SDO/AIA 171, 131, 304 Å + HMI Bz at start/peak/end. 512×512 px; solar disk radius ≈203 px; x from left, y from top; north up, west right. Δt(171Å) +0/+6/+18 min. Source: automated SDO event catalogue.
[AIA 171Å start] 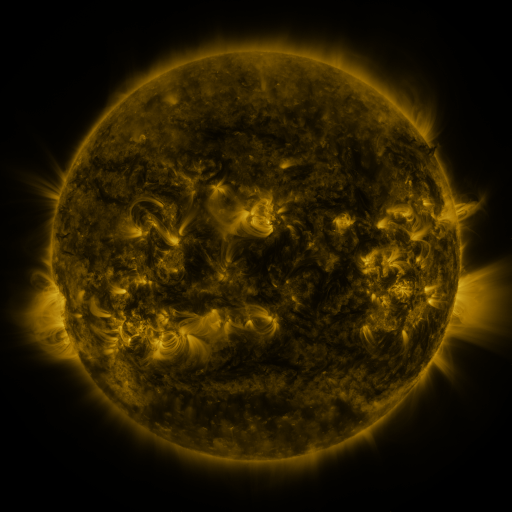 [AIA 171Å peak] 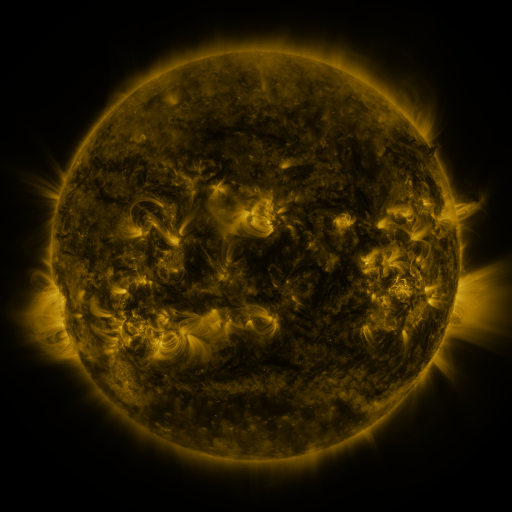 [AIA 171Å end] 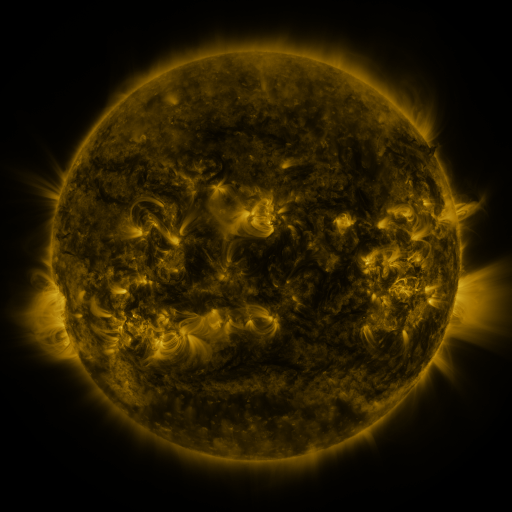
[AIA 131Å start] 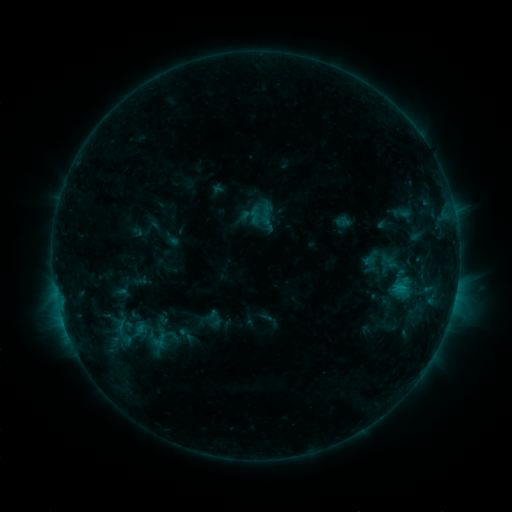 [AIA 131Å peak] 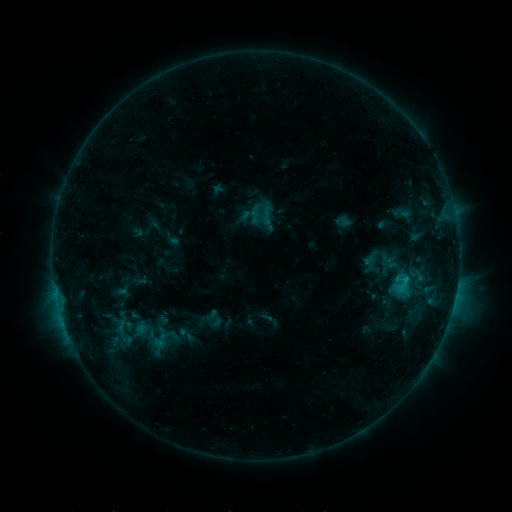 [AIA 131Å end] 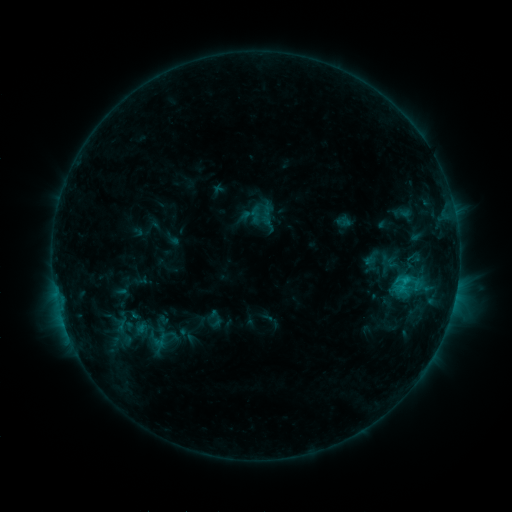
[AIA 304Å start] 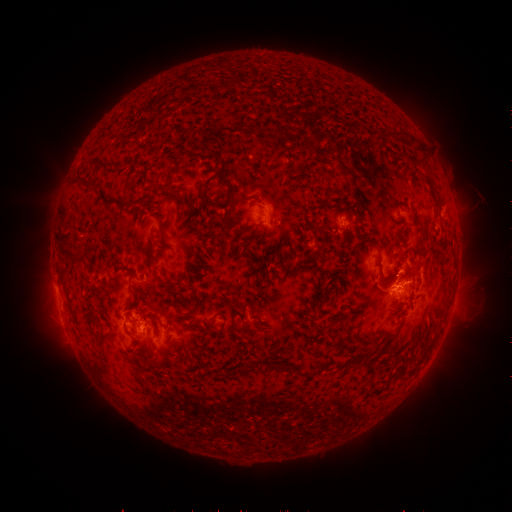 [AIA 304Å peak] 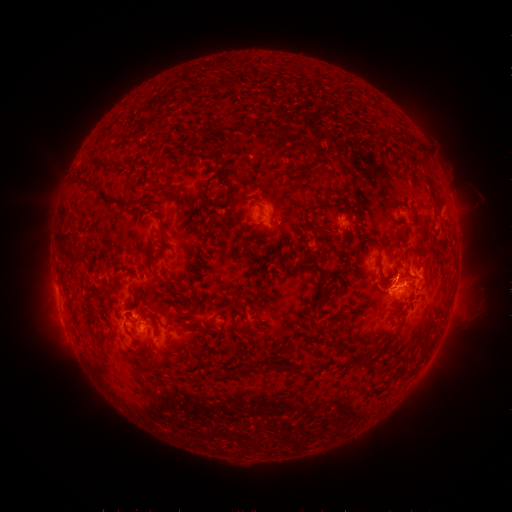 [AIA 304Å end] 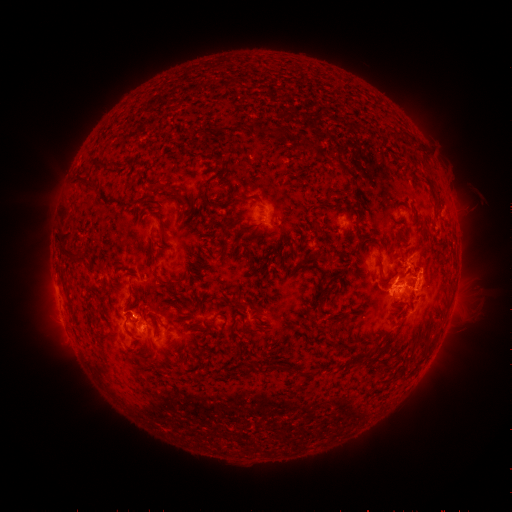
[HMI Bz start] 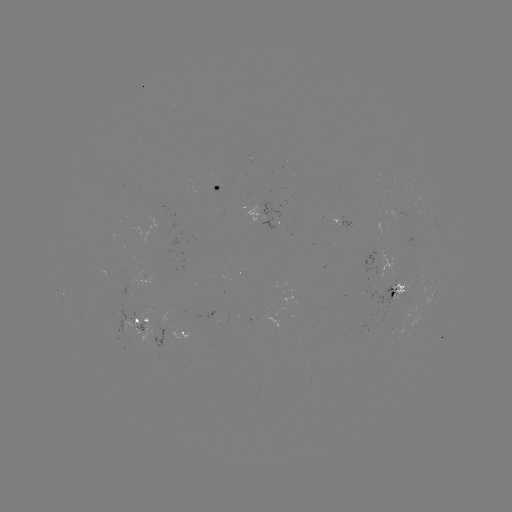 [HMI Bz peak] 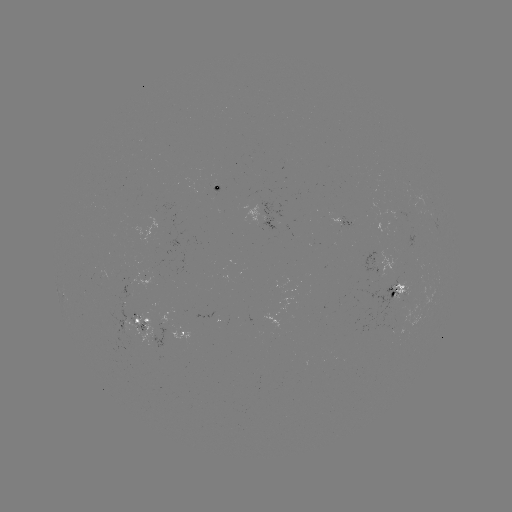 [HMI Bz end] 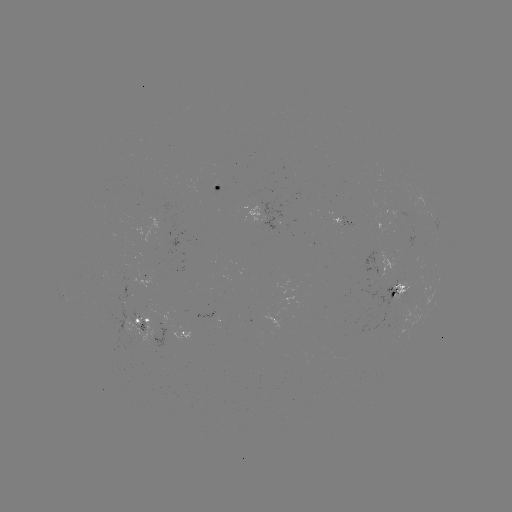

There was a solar eruption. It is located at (412, 272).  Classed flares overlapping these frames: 1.